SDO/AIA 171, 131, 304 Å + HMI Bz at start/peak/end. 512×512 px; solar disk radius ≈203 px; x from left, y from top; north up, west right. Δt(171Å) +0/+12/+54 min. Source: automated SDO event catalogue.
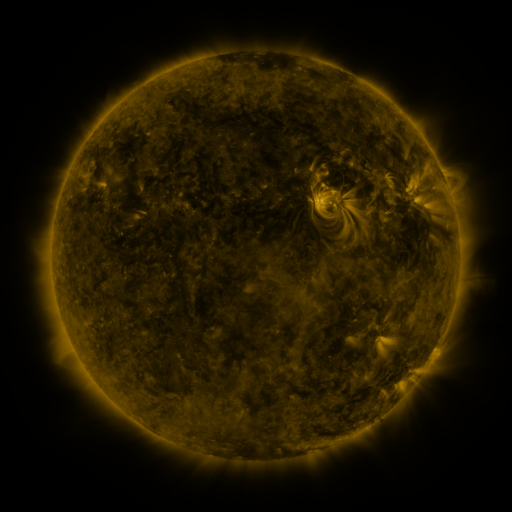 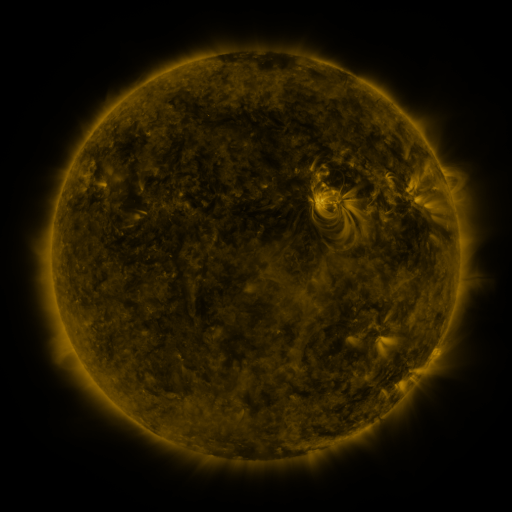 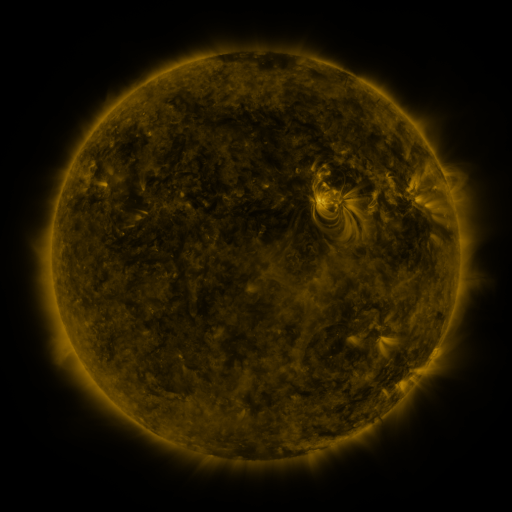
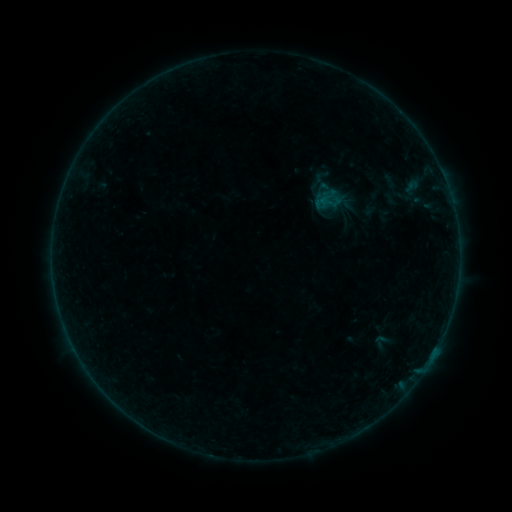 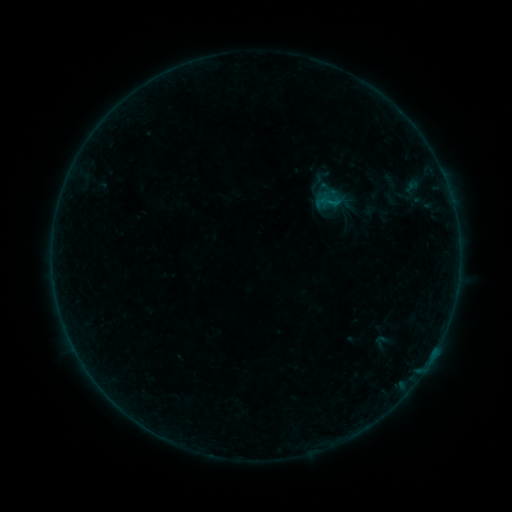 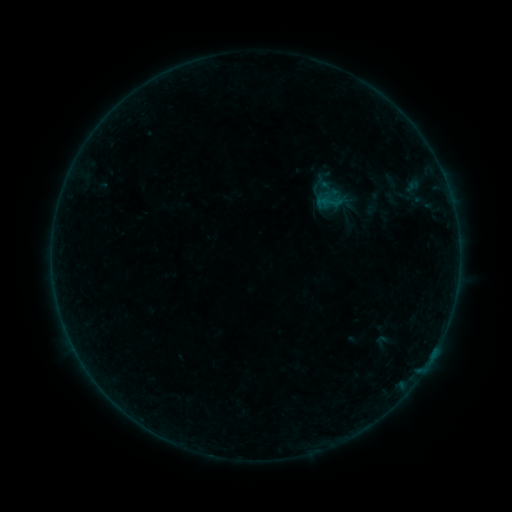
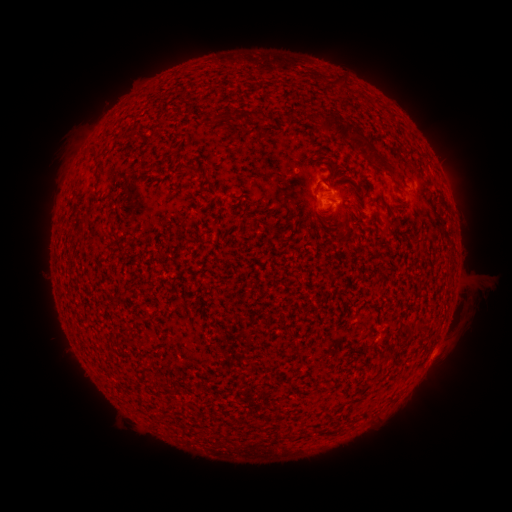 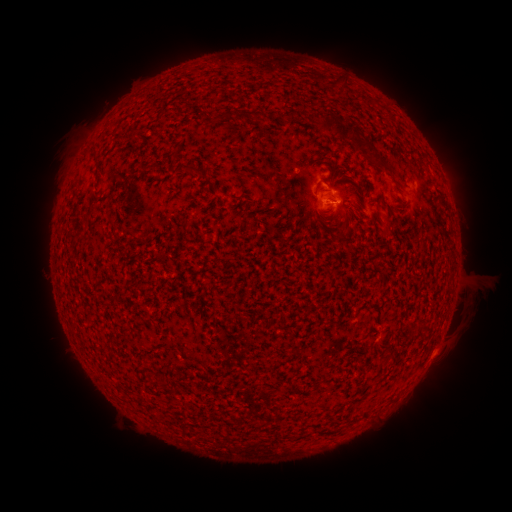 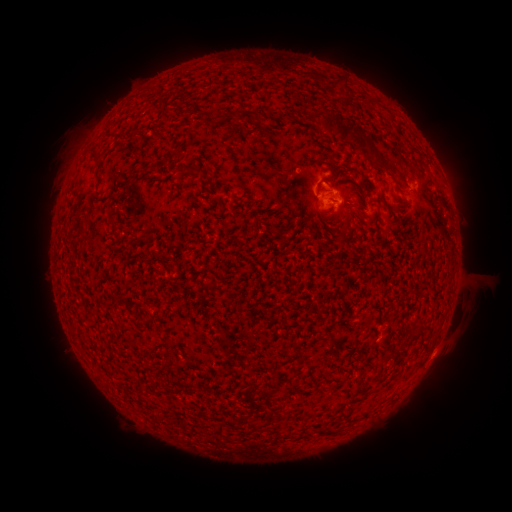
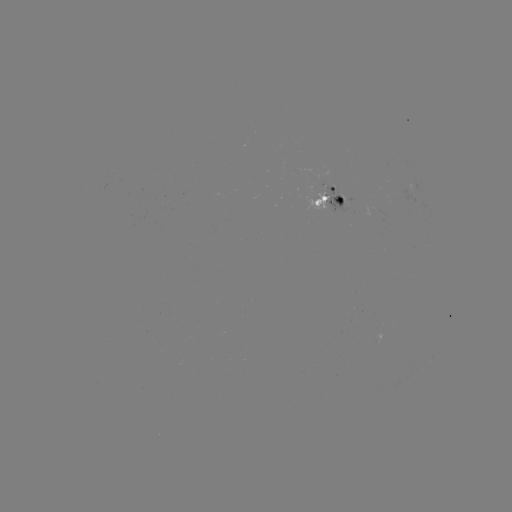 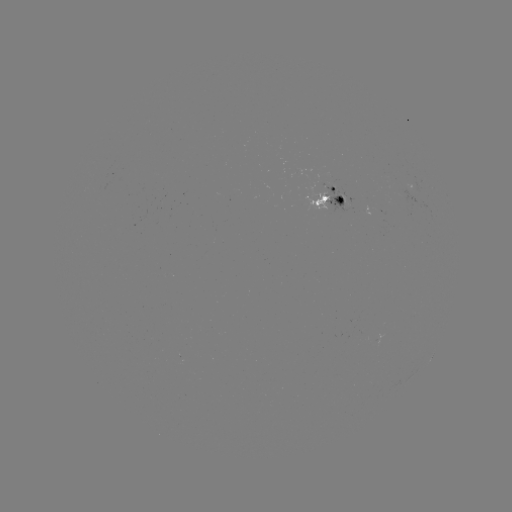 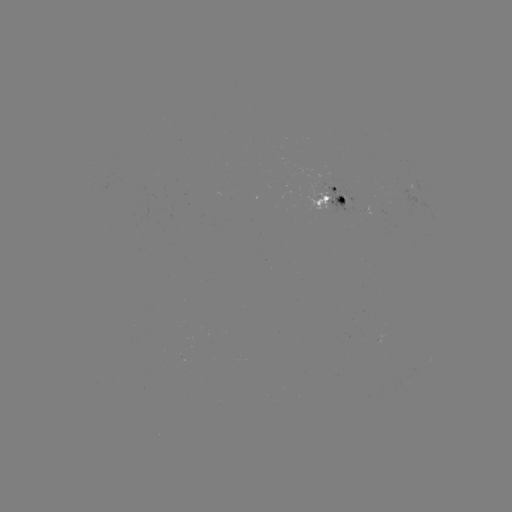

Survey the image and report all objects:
B2.1 flare: (436, 348)
